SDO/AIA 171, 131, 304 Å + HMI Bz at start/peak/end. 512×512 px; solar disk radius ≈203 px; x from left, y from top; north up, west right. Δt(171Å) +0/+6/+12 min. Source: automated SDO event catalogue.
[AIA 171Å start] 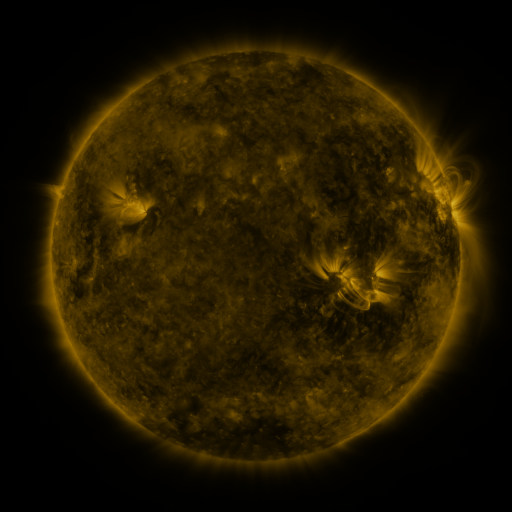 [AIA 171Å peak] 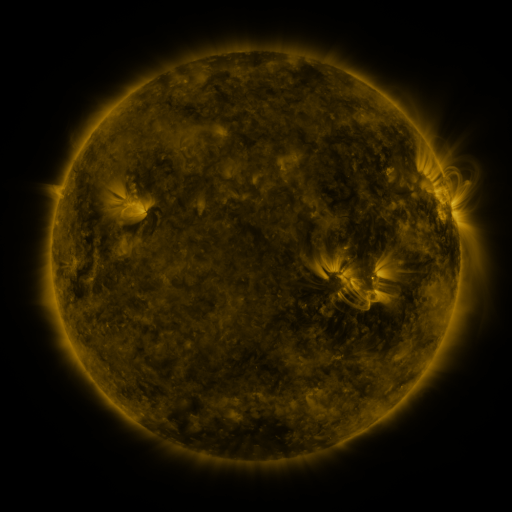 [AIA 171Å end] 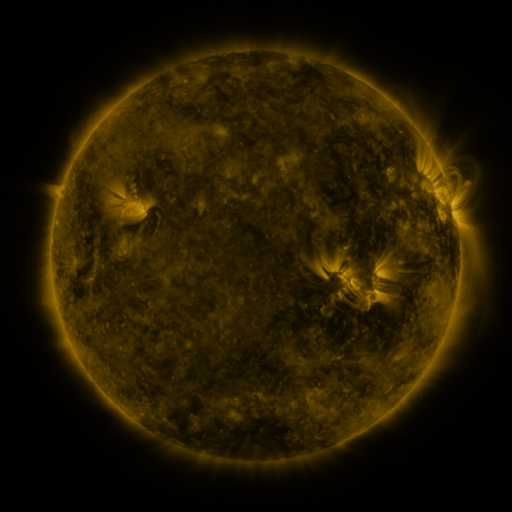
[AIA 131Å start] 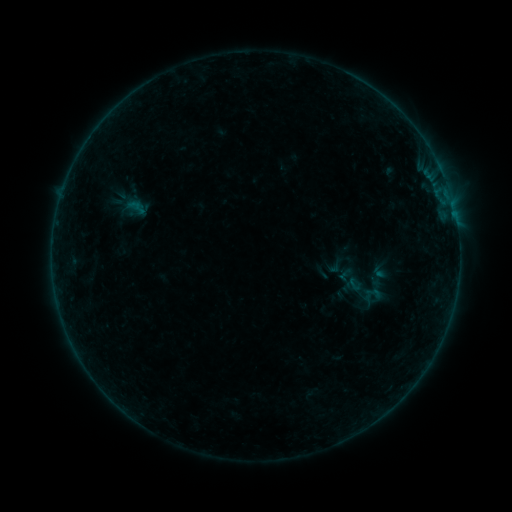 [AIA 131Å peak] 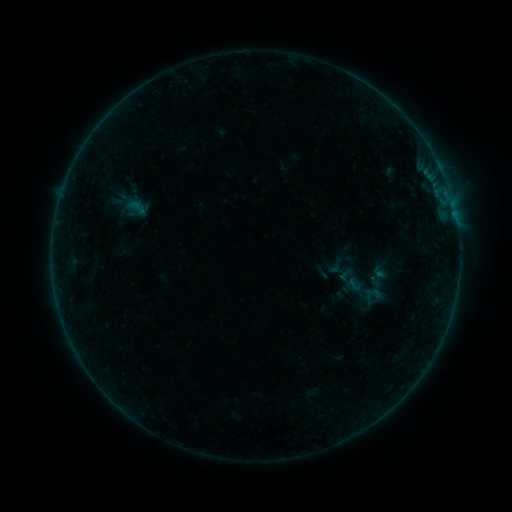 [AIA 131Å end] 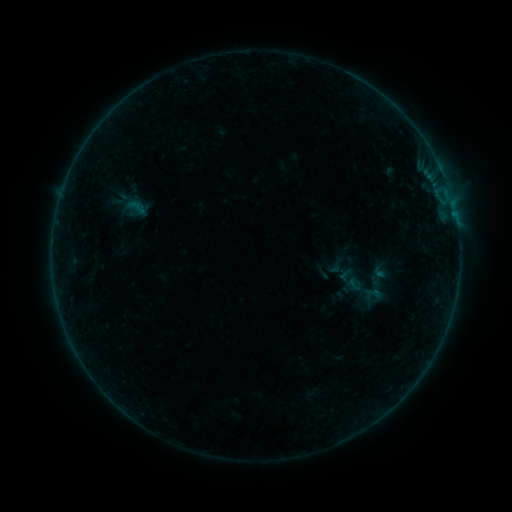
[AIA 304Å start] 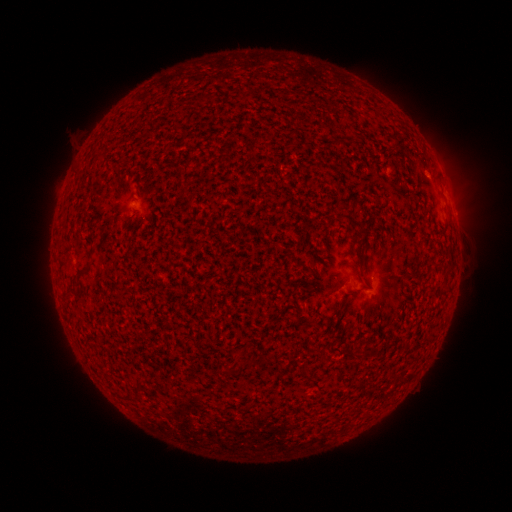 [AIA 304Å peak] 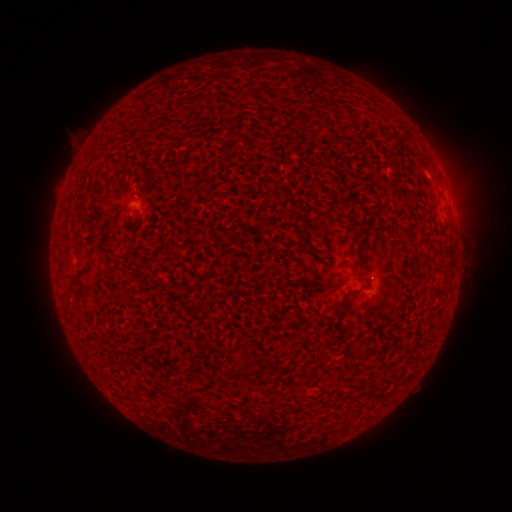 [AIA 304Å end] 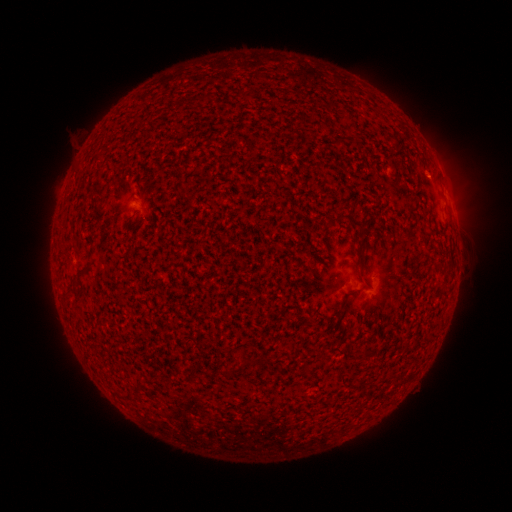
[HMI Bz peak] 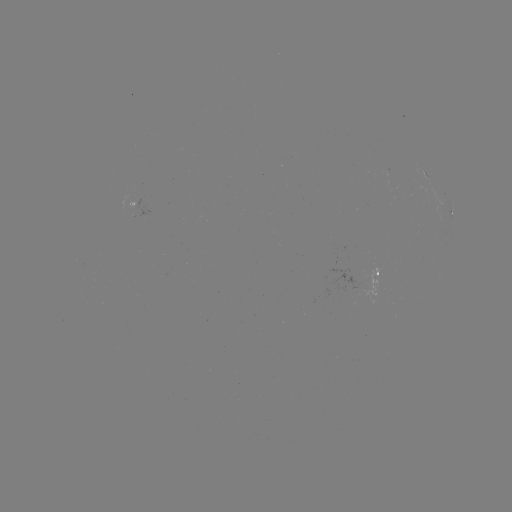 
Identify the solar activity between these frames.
nothing was catalogued: no classed flare, no EUV trigger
